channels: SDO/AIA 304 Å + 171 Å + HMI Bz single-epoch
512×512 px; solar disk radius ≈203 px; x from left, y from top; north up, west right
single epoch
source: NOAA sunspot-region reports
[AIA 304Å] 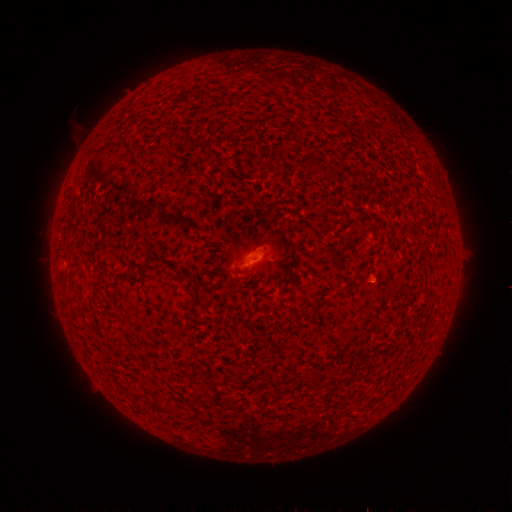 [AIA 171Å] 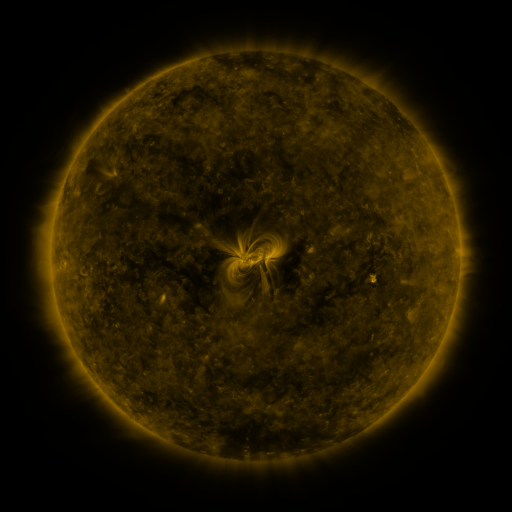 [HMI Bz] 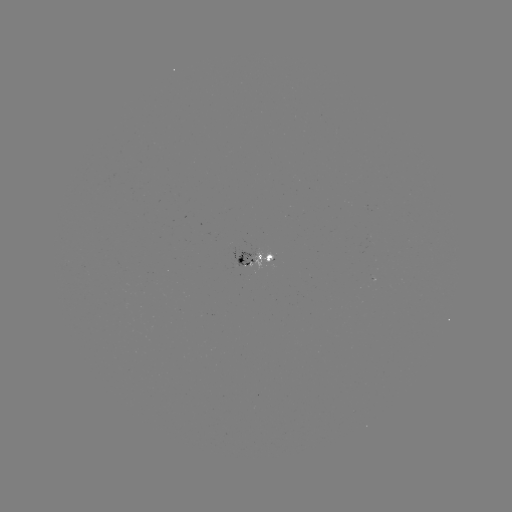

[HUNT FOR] spotted active region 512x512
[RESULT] [252, 257]